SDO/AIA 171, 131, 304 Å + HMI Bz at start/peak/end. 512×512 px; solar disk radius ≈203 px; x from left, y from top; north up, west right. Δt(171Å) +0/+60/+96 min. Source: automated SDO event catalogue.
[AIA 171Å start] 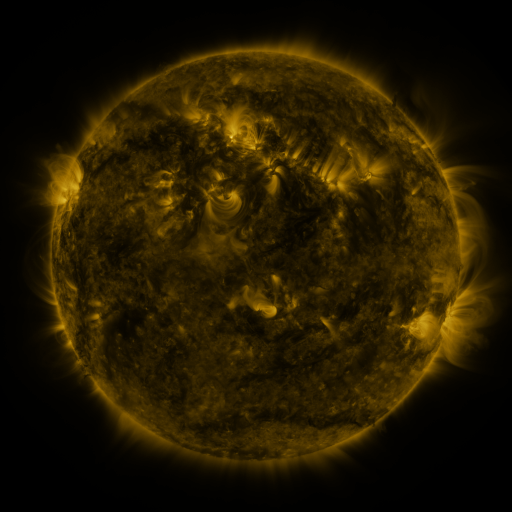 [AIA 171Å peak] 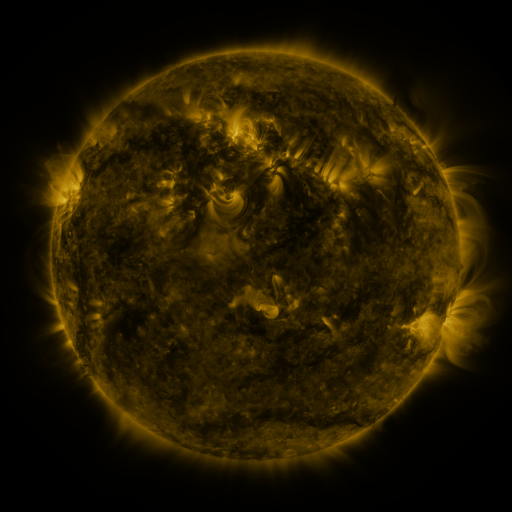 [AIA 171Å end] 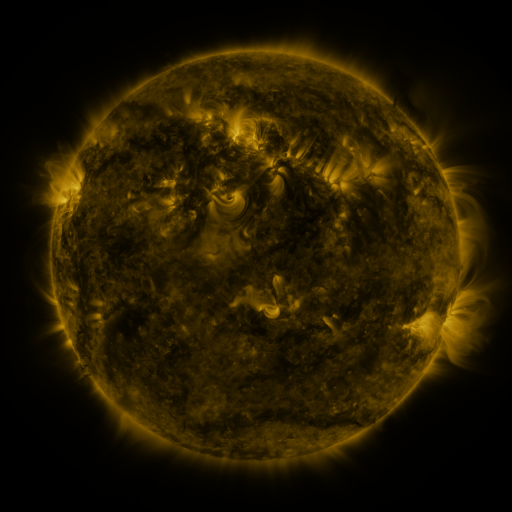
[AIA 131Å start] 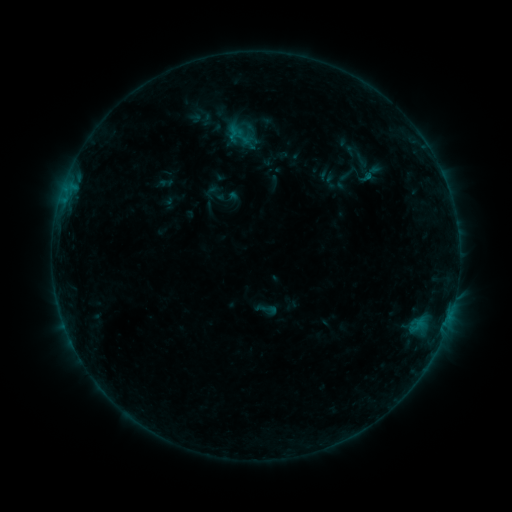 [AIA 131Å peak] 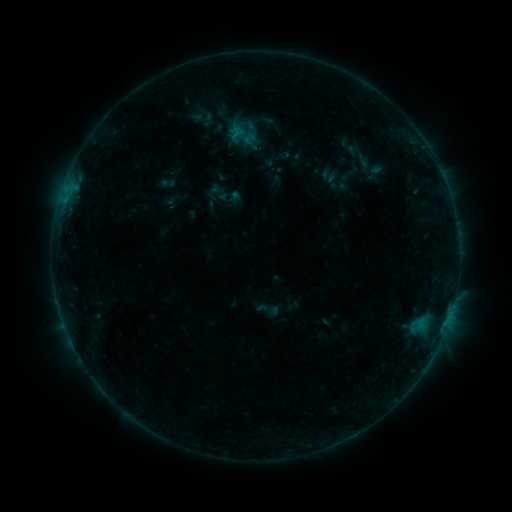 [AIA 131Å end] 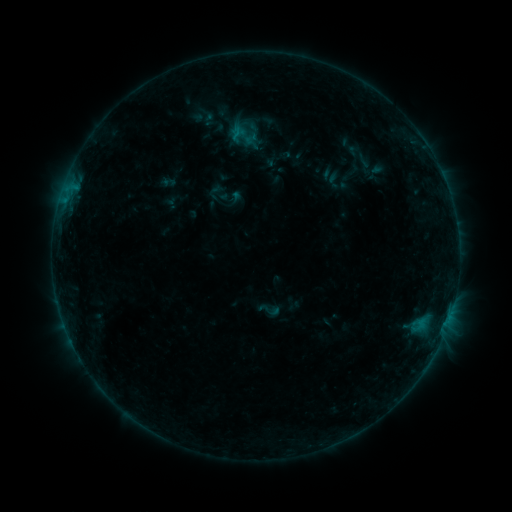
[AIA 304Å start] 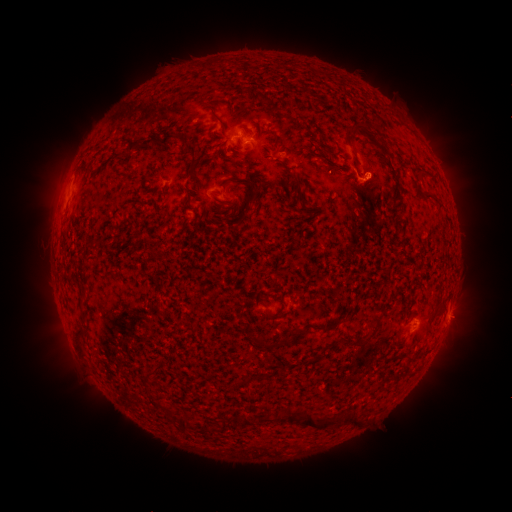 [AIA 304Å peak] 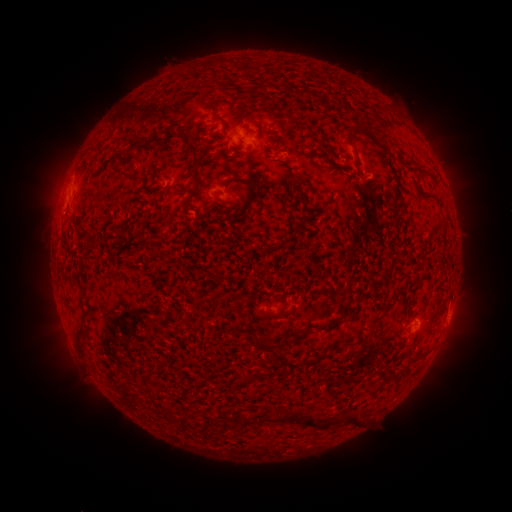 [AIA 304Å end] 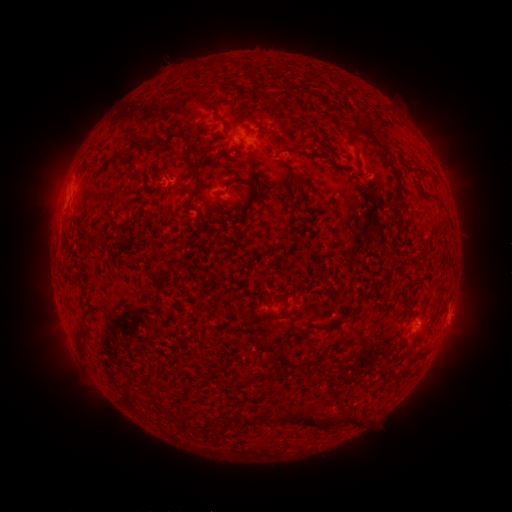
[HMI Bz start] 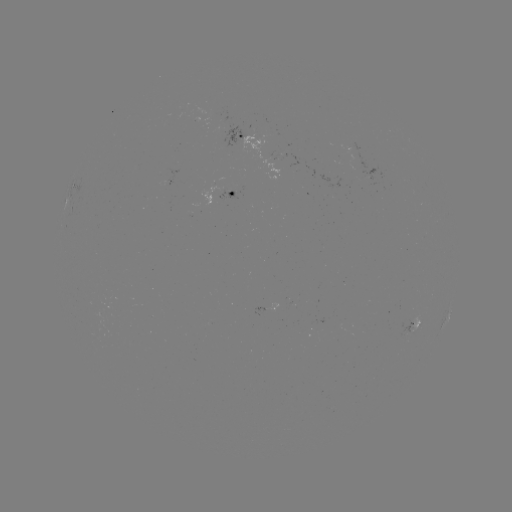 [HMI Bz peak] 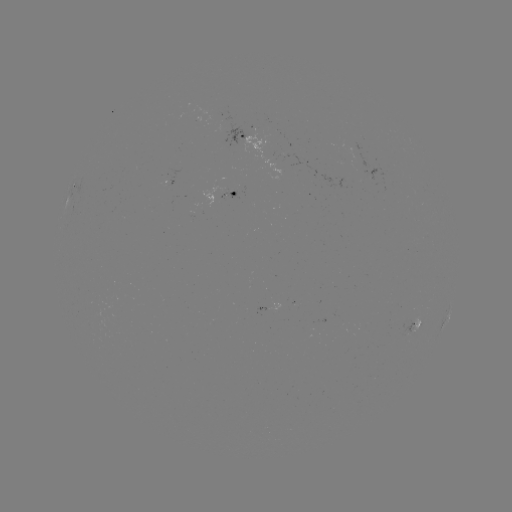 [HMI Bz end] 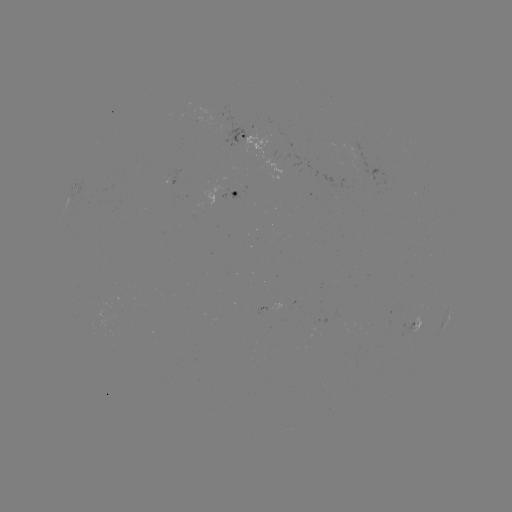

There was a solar emerging-flux region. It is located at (357, 155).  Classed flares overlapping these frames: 1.